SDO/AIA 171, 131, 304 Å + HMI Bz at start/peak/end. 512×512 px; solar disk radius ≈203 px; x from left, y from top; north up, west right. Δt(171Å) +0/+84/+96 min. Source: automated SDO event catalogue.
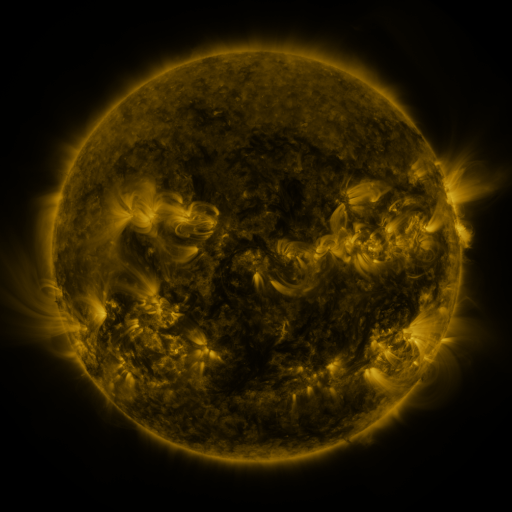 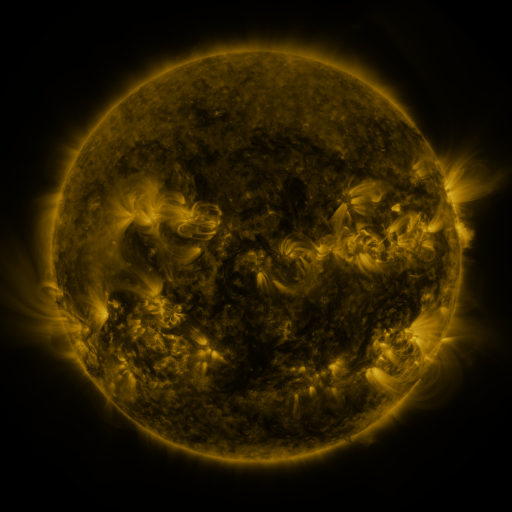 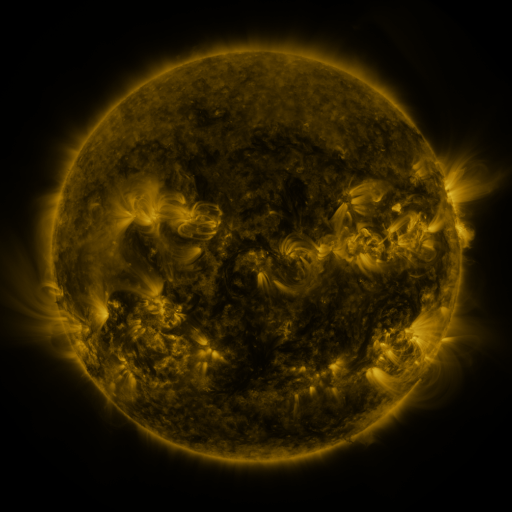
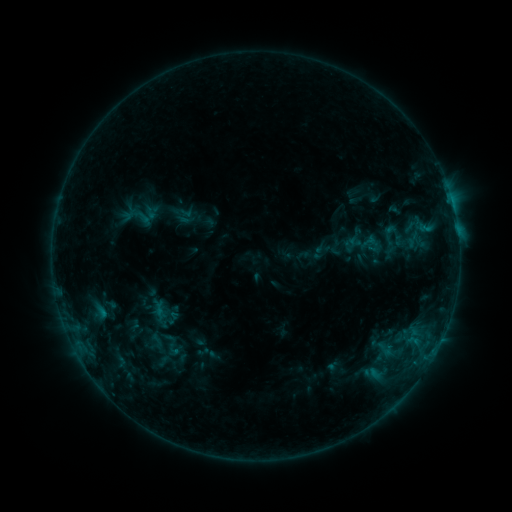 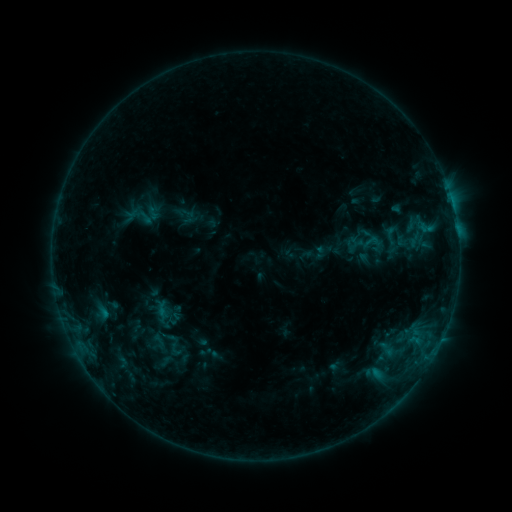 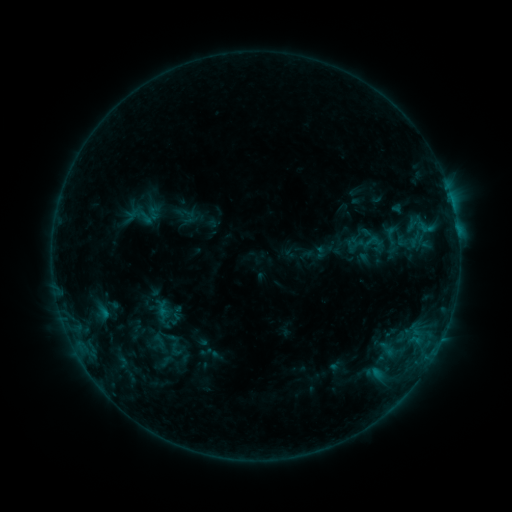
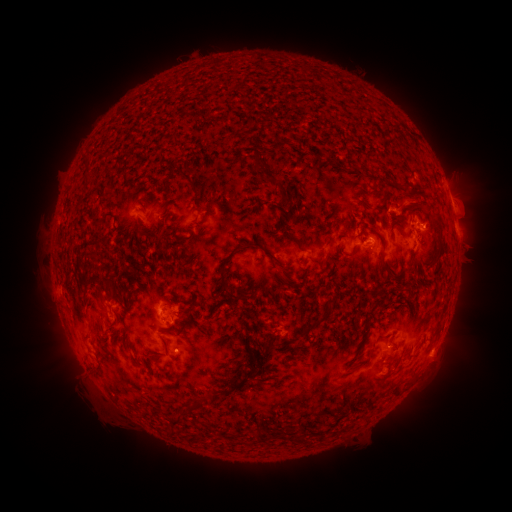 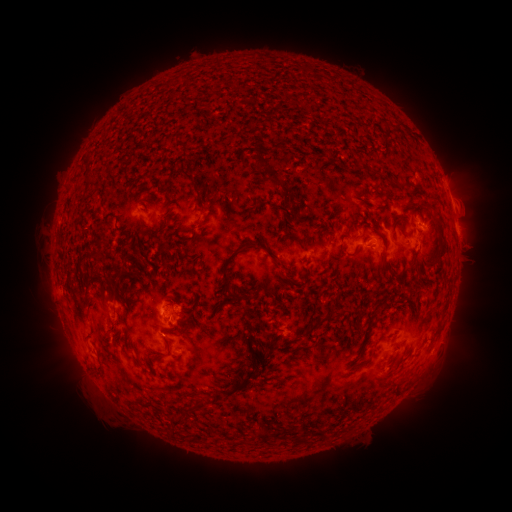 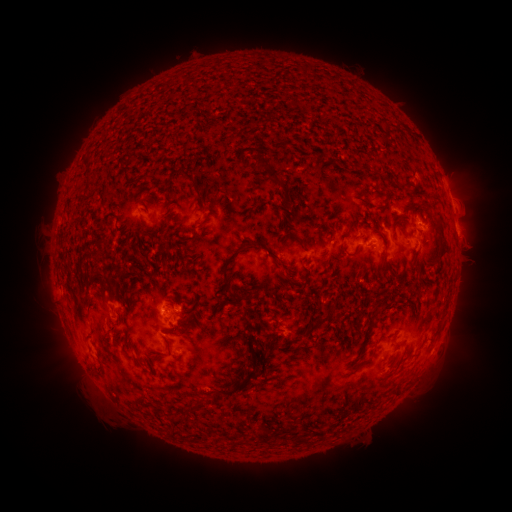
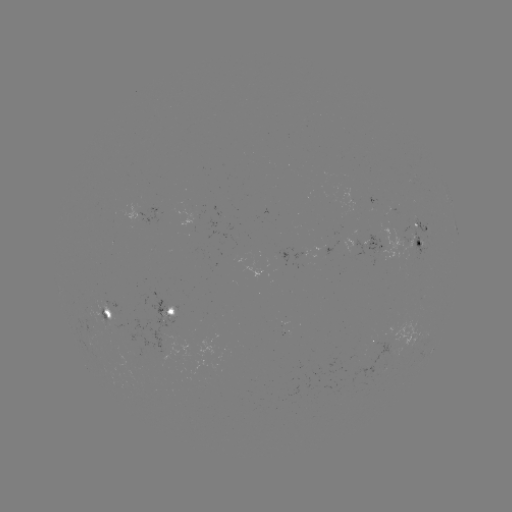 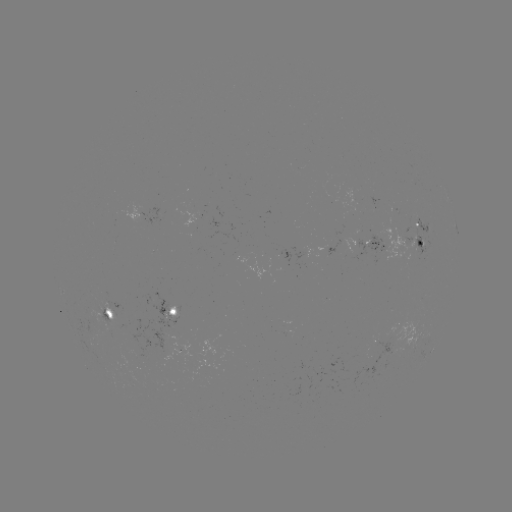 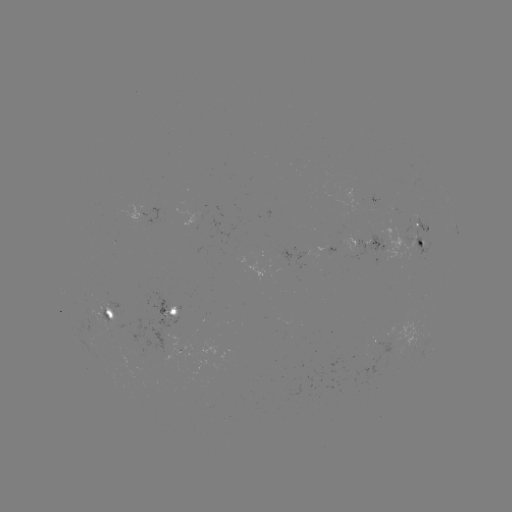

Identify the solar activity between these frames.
emerging-flux region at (177, 309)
